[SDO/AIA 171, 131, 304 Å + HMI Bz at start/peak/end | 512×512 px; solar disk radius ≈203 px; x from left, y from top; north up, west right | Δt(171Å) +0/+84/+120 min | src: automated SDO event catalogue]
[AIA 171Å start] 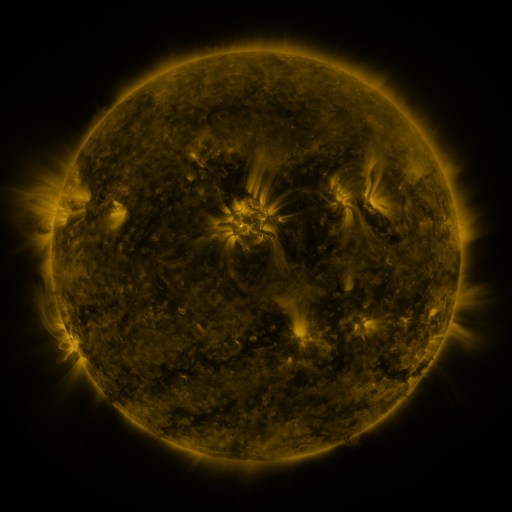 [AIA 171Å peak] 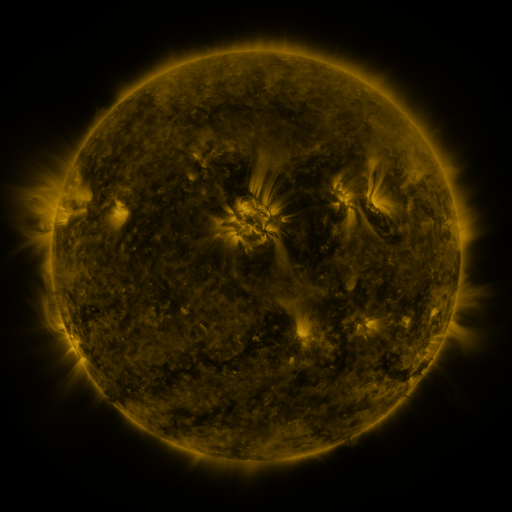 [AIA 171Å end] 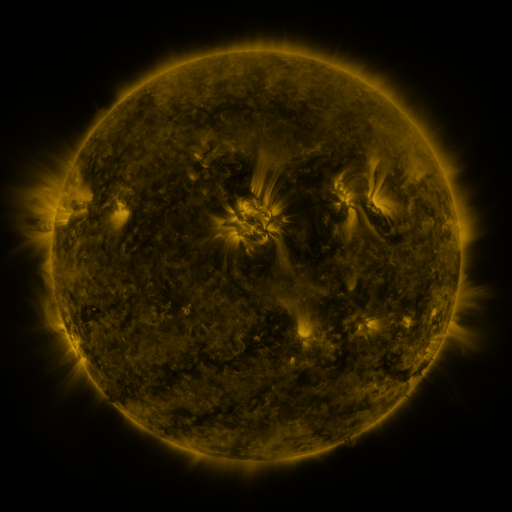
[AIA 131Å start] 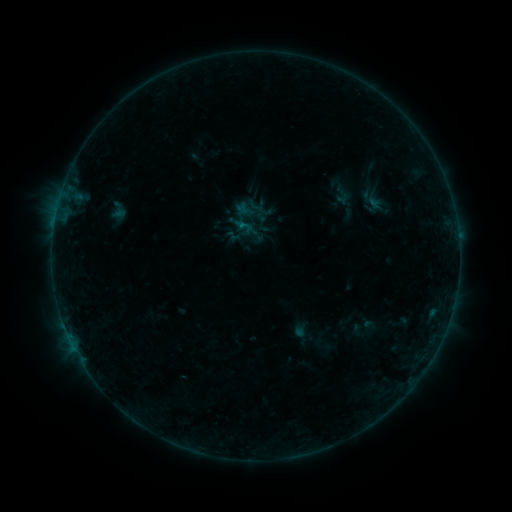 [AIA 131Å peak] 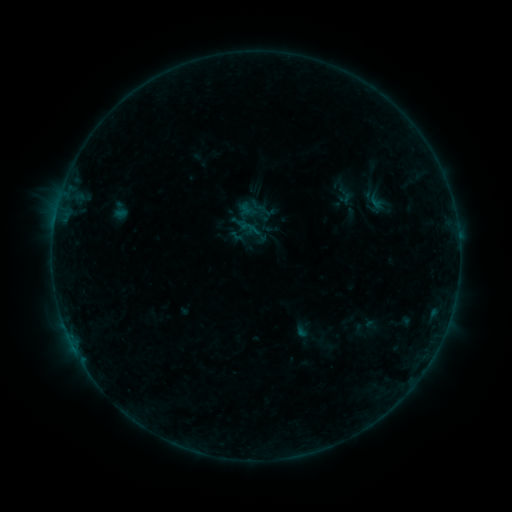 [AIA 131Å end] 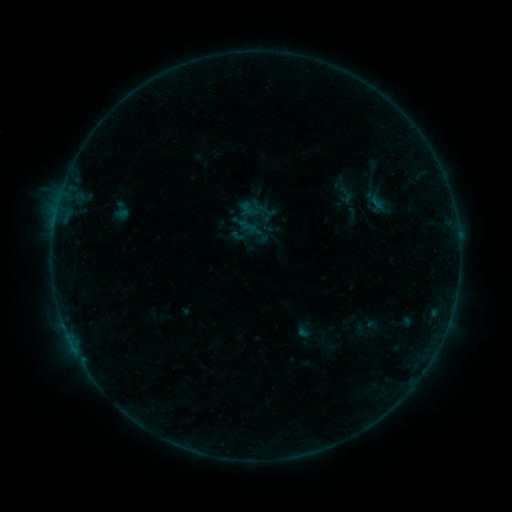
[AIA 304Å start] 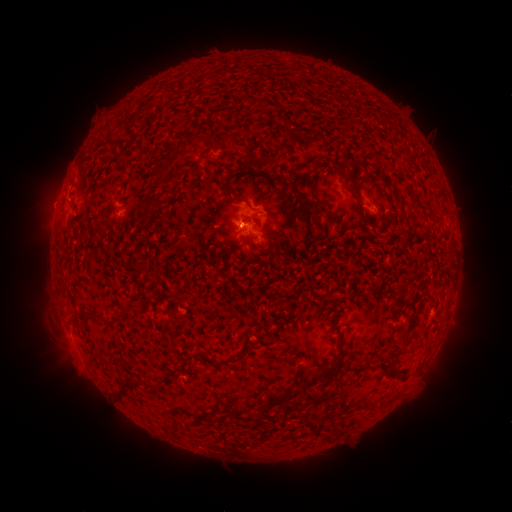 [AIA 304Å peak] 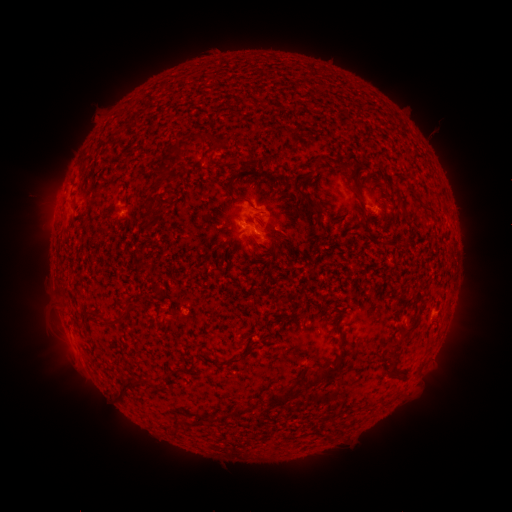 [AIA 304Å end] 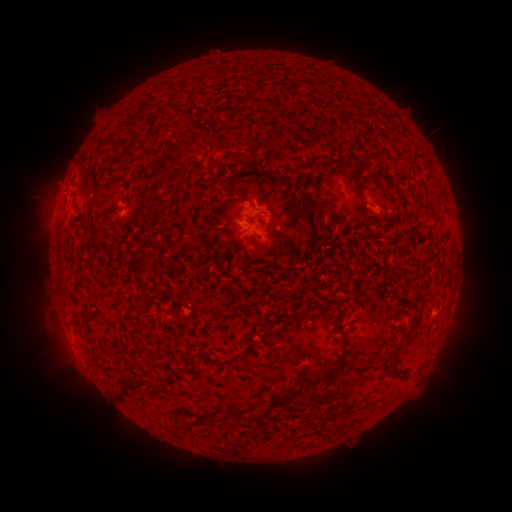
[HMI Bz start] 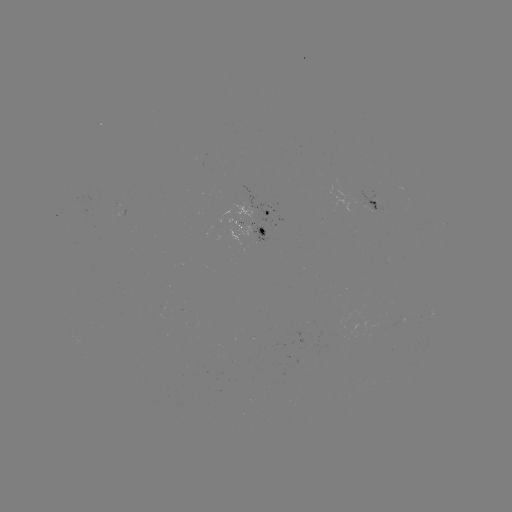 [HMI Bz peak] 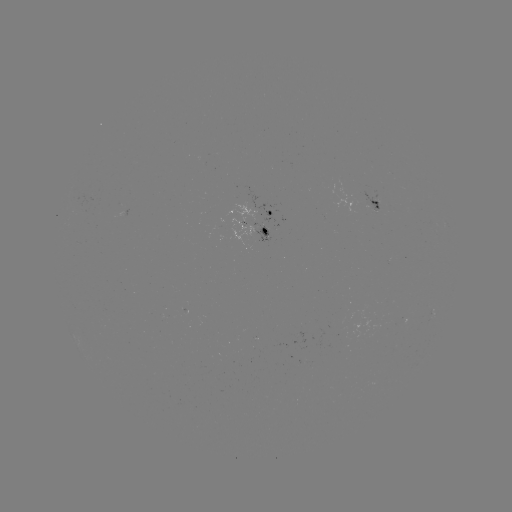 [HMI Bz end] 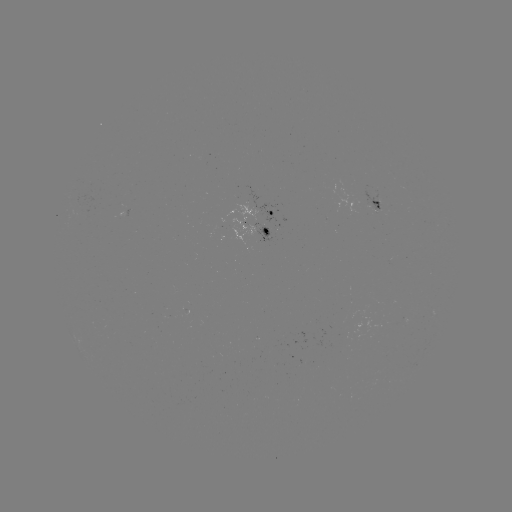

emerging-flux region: <bbox>359, 191, 381, 212</bbox>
